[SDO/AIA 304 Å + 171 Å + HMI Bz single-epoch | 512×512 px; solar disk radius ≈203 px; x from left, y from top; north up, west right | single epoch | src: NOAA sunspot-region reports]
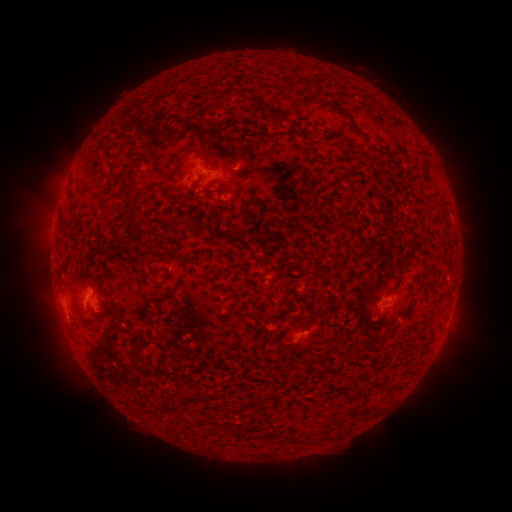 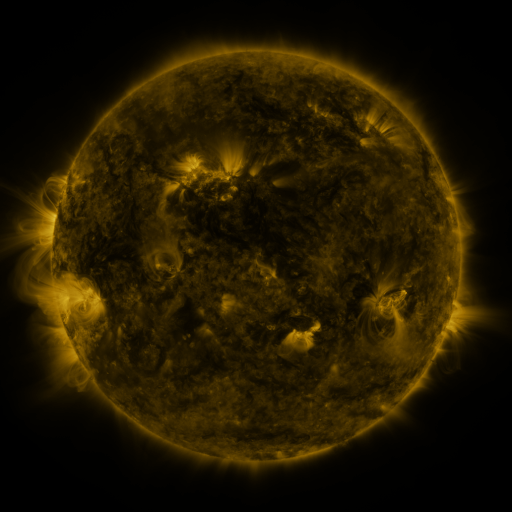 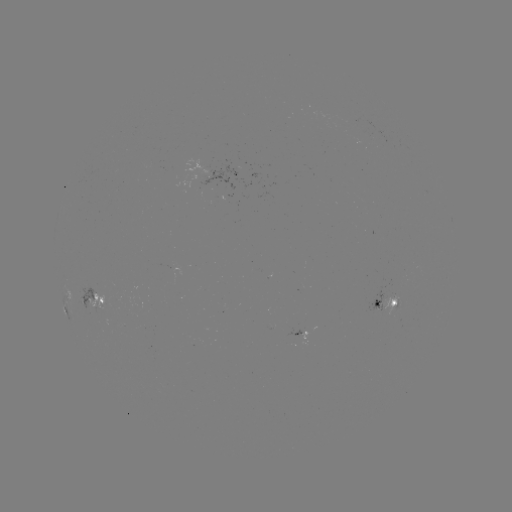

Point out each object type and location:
spotted active region: (212, 169)
spotted active region: (235, 172)
spotted active region: (67, 293)
spotted active region: (97, 297)
spotted active region: (385, 300)
spotted active region: (296, 332)
